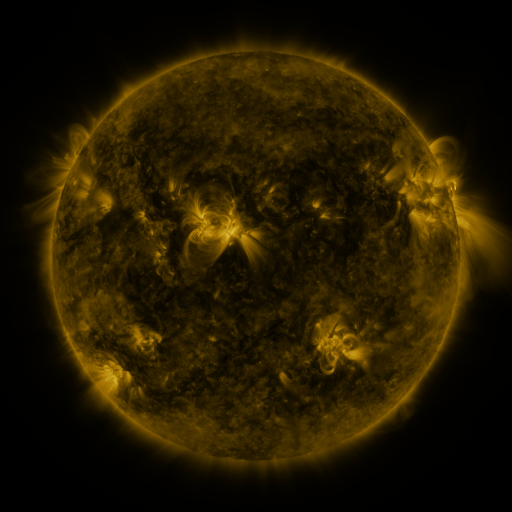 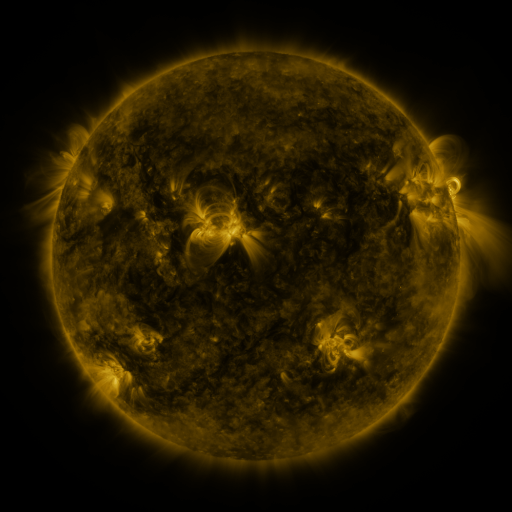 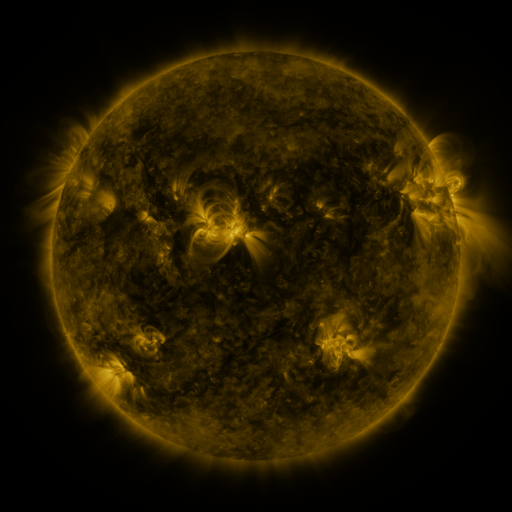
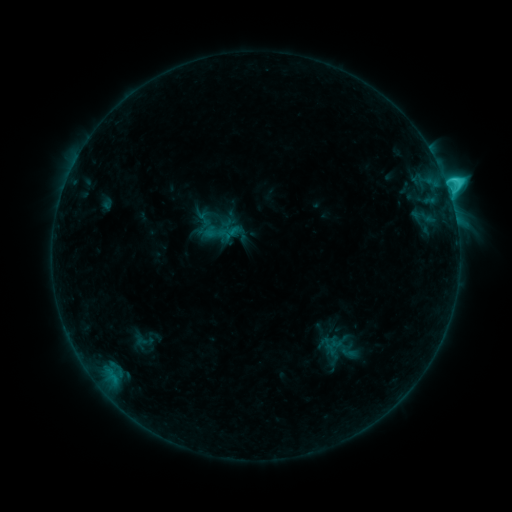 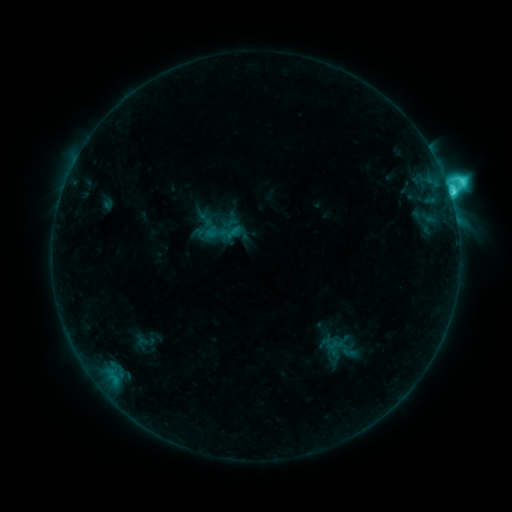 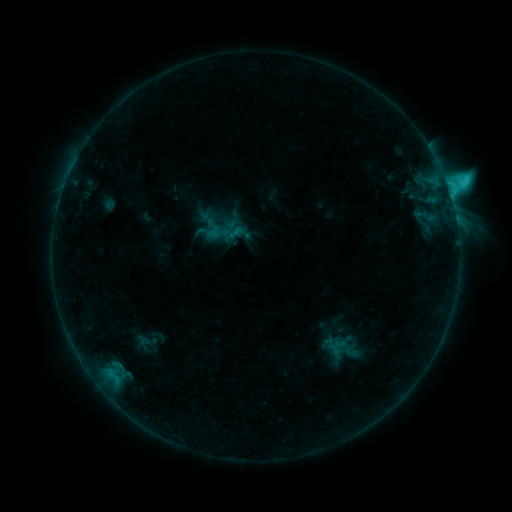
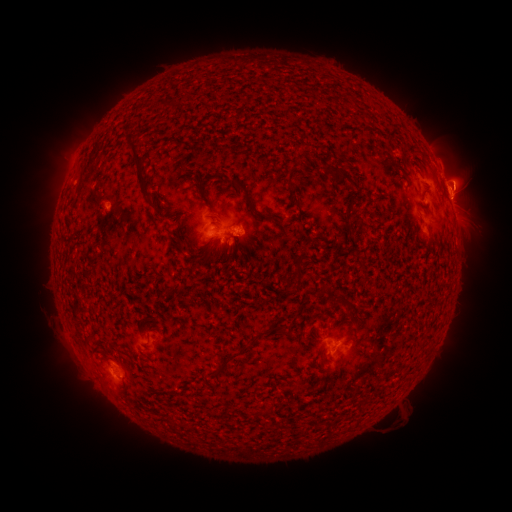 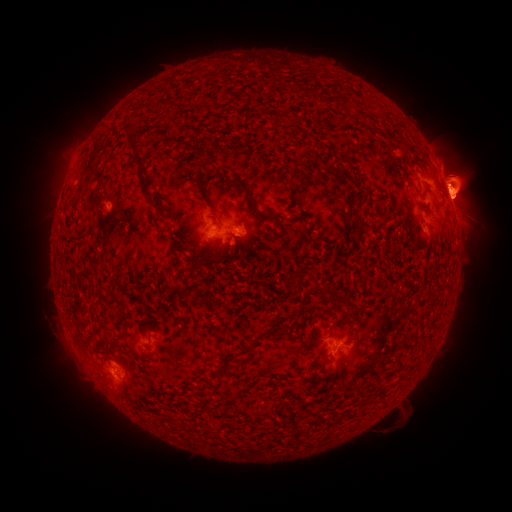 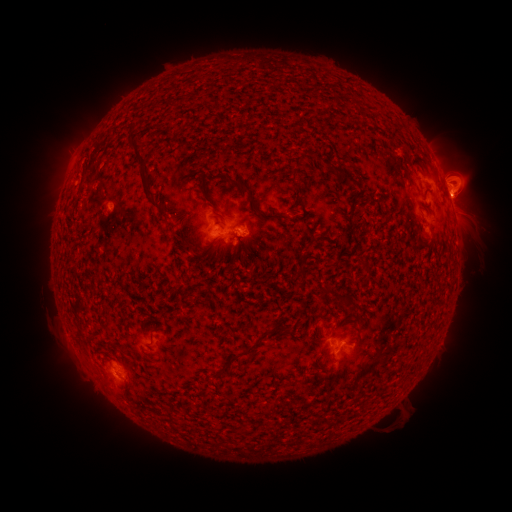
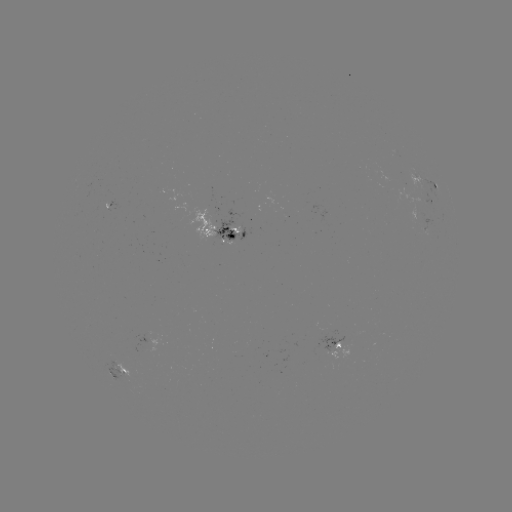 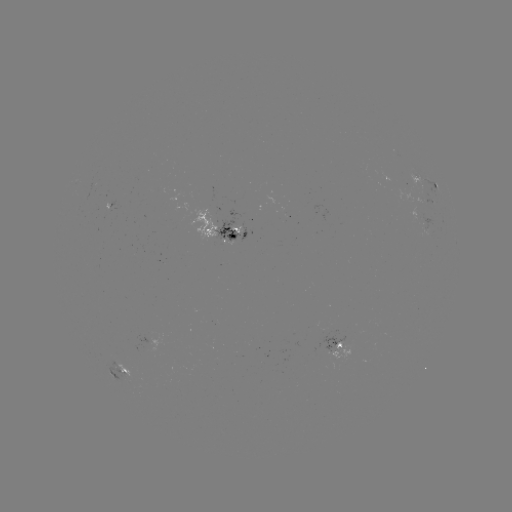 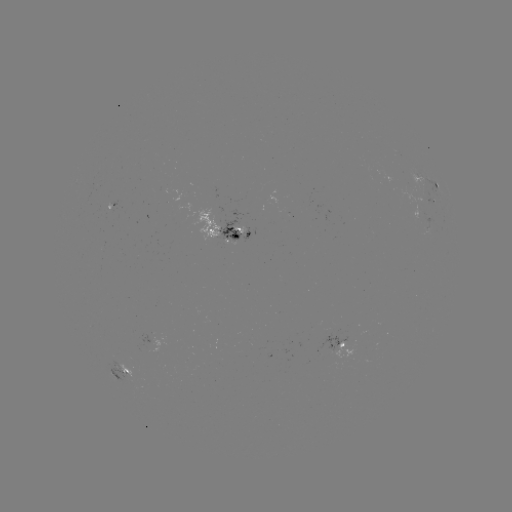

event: flare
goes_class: C7.6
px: (450, 198)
